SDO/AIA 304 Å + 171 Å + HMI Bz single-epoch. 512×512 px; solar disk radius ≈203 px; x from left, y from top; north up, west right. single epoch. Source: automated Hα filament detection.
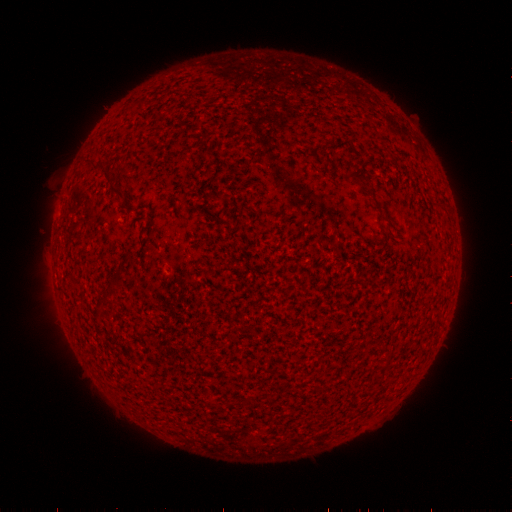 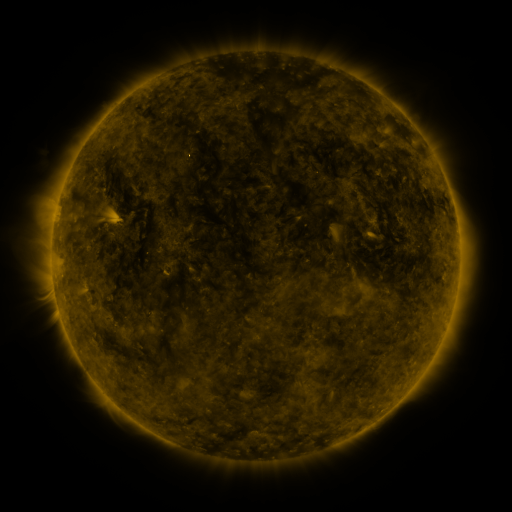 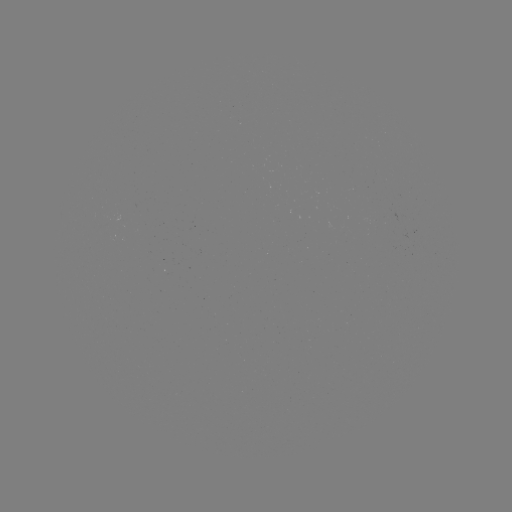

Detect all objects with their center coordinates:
filament: (357, 176)
filament: (112, 183)
filament: (381, 215)
